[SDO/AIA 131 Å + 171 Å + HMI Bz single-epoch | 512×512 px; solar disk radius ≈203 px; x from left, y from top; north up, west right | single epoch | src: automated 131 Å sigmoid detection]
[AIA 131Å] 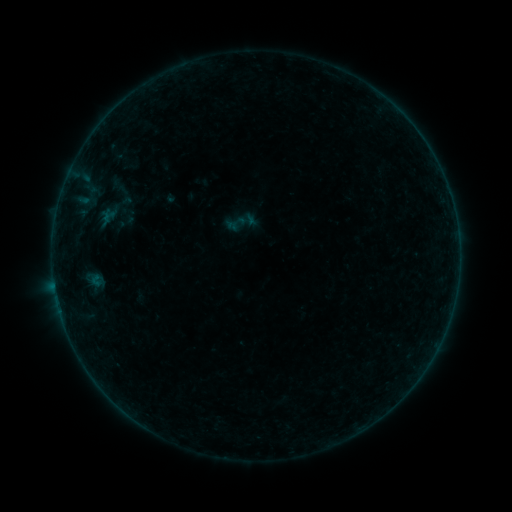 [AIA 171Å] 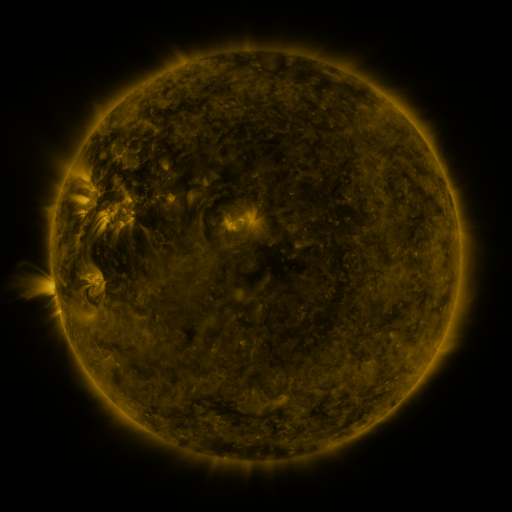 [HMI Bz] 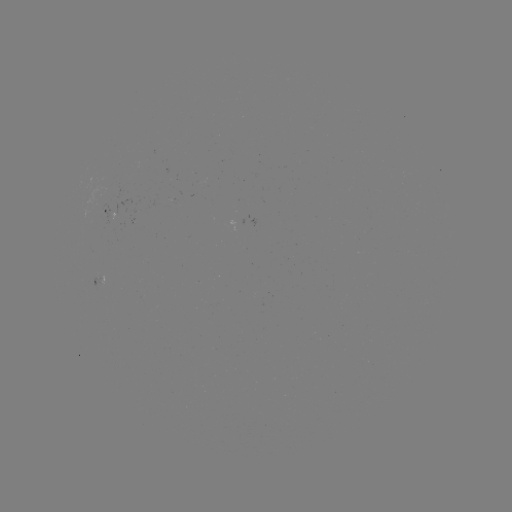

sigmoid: <bbox>104, 172, 140, 208</bbox>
